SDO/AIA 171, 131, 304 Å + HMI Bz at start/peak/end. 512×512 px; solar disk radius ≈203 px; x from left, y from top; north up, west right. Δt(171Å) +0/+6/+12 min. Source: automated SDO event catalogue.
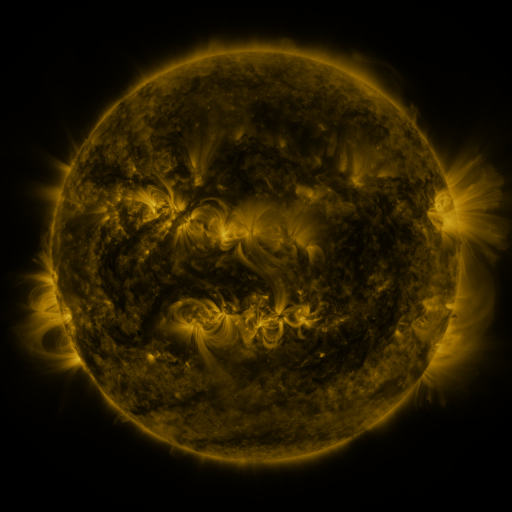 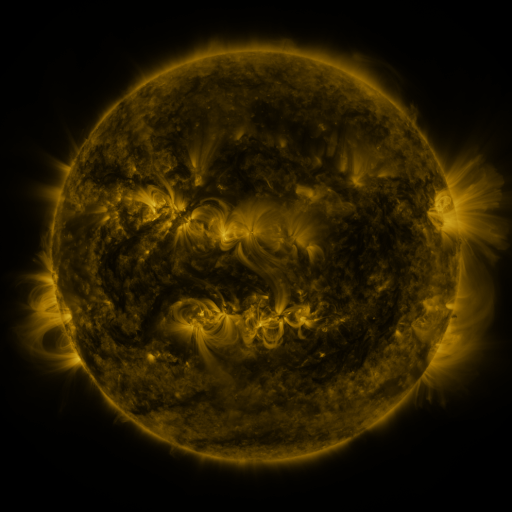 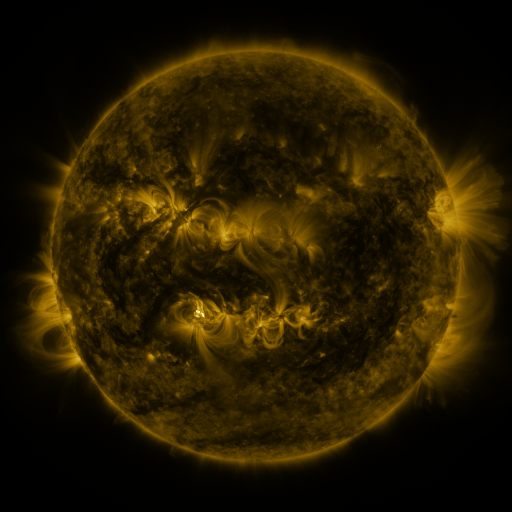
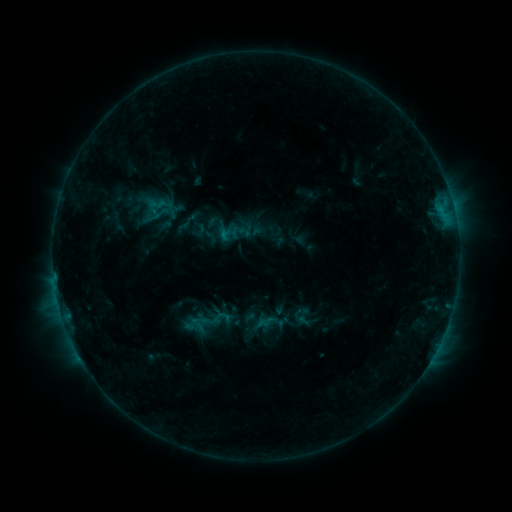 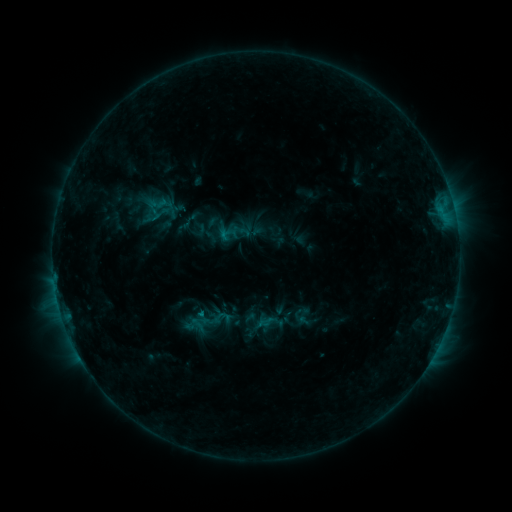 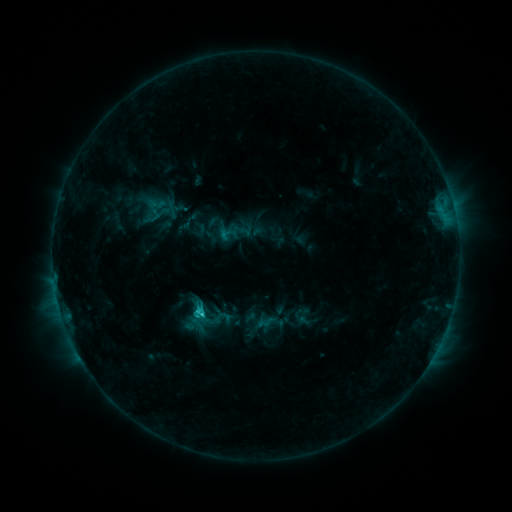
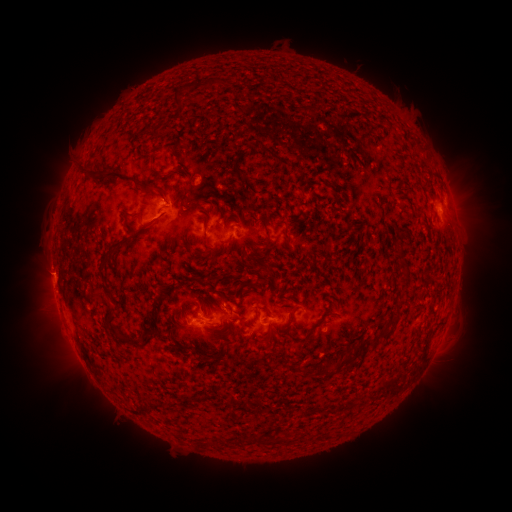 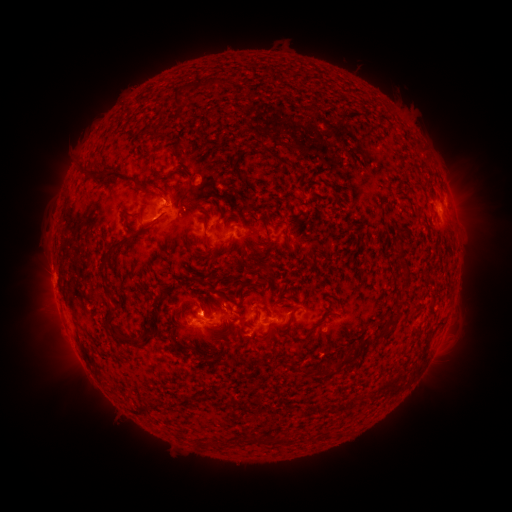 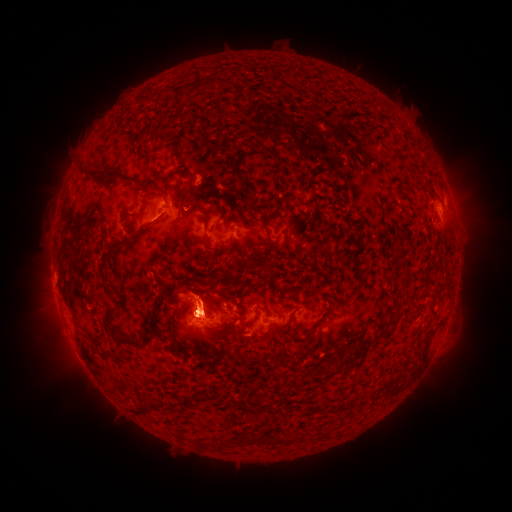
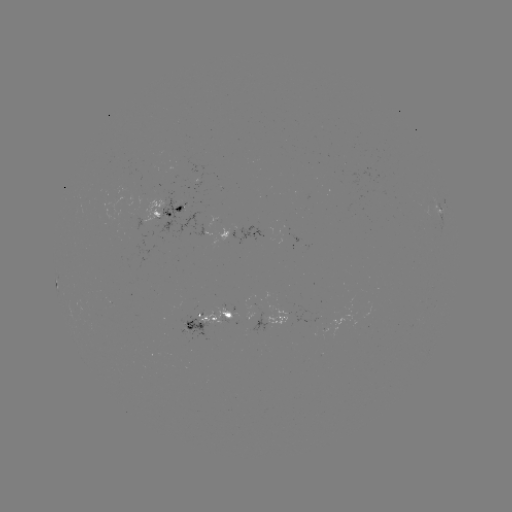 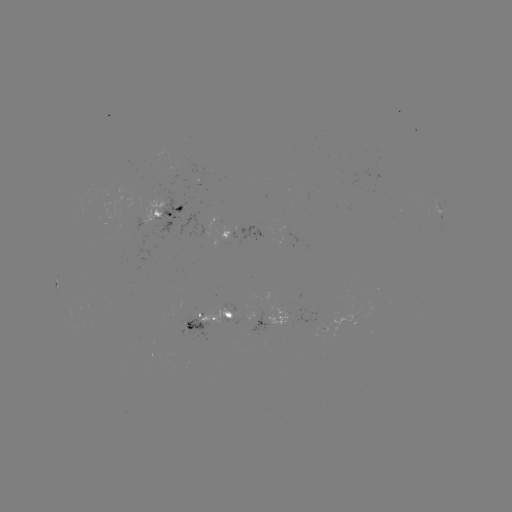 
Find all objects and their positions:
C1.6 flare: (202, 310)
